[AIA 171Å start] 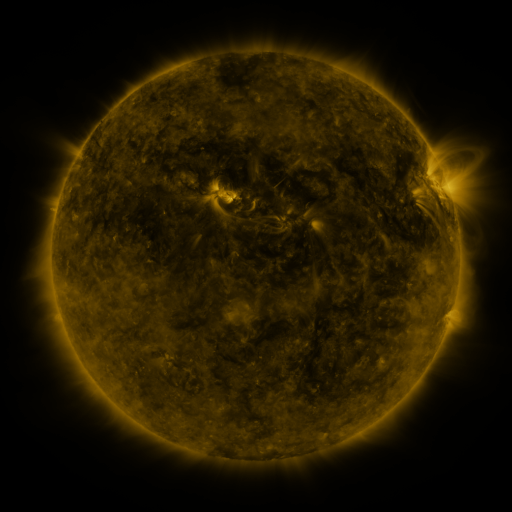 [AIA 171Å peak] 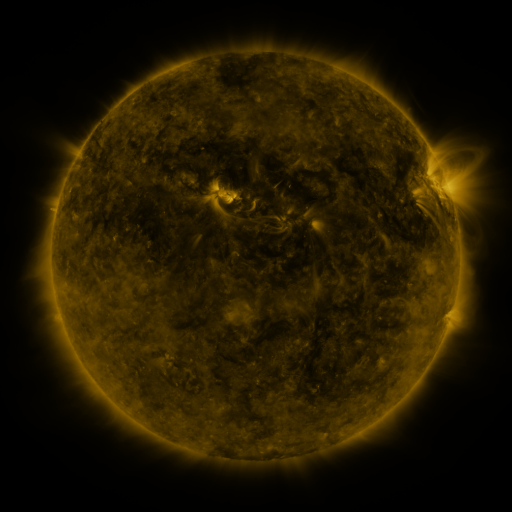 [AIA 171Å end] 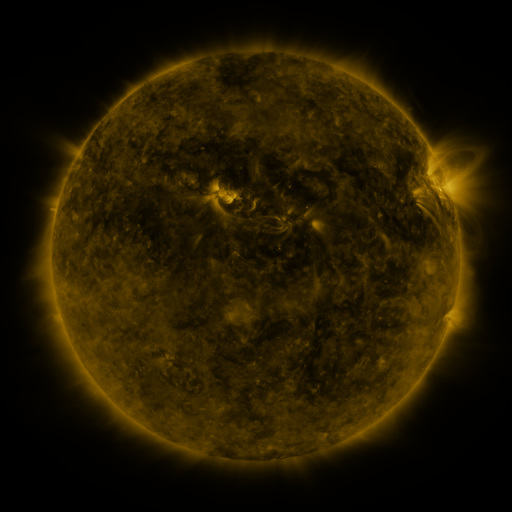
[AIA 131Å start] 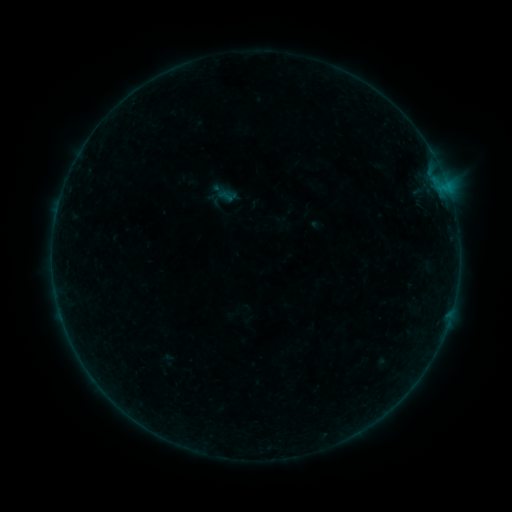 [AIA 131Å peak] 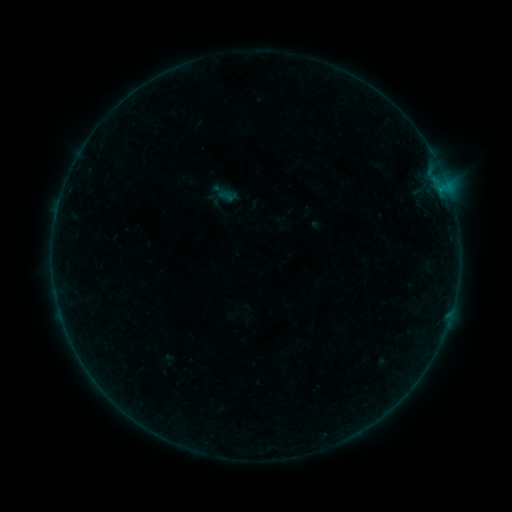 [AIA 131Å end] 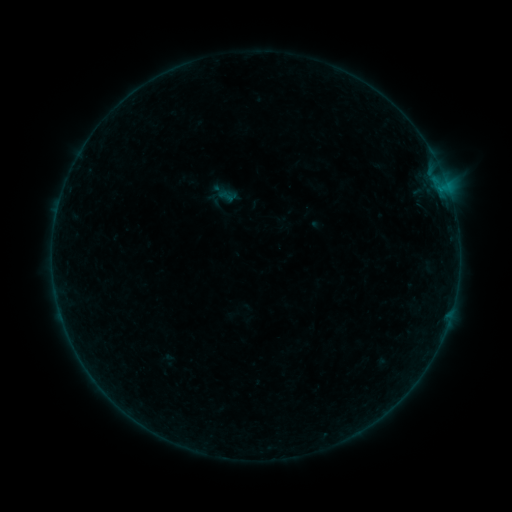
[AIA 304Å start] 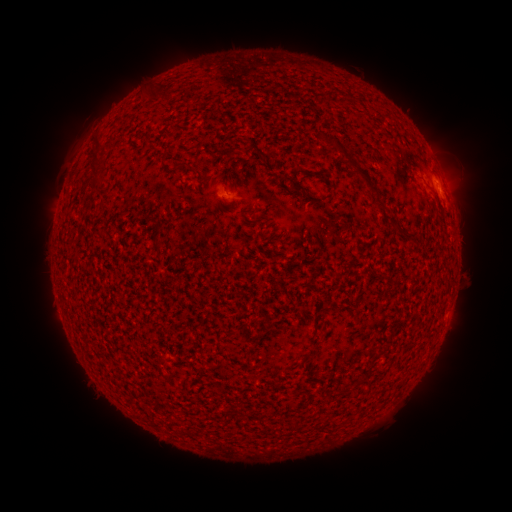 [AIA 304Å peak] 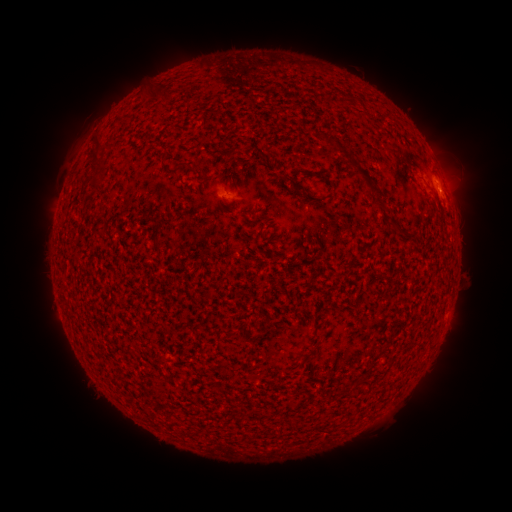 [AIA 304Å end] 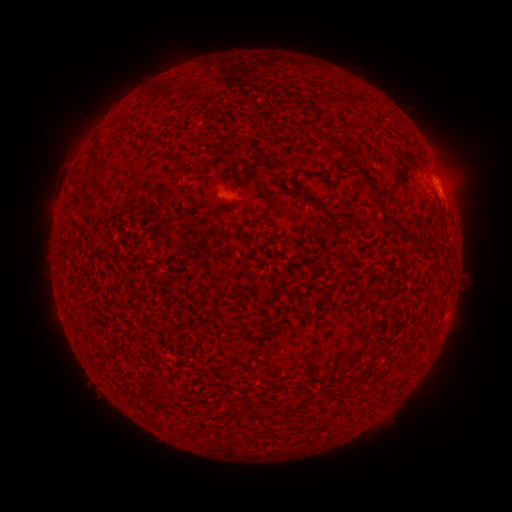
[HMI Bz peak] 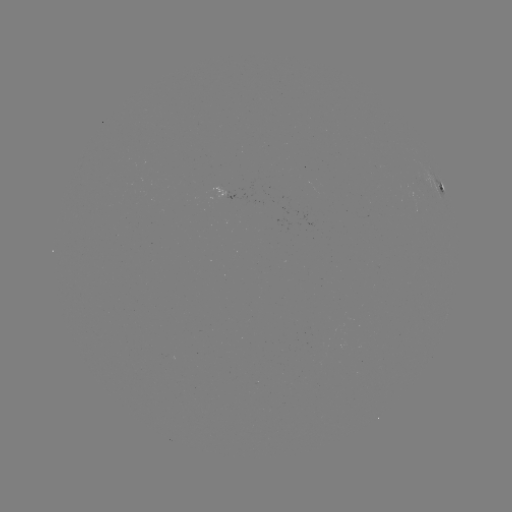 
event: flare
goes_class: B1.7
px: (434, 183)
